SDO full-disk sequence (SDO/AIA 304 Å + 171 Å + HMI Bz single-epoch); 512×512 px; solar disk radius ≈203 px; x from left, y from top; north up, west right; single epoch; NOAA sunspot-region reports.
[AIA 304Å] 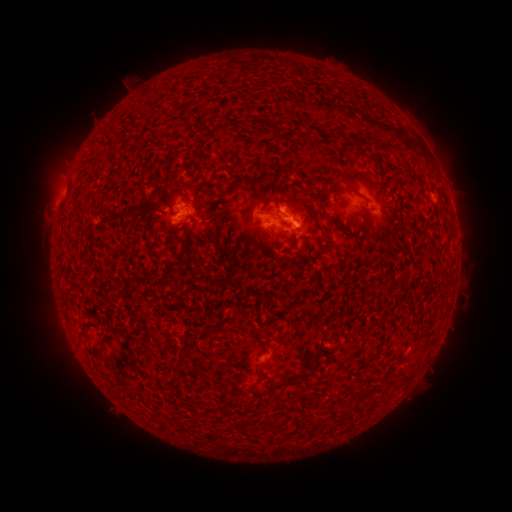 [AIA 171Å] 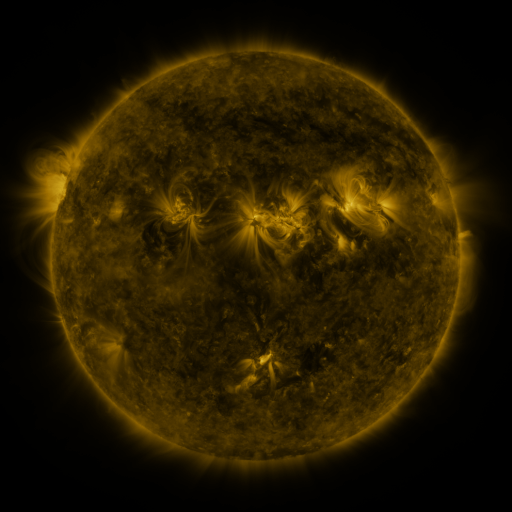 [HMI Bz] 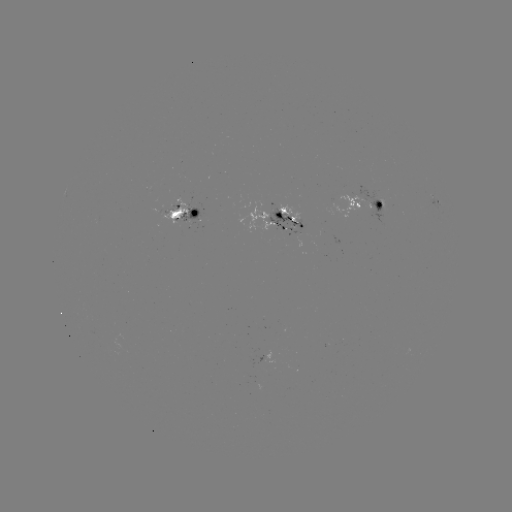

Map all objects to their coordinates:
spotted active region: (435, 204)
spotted active region: (370, 209)
spotted active region: (186, 215)
spotted active region: (283, 219)
